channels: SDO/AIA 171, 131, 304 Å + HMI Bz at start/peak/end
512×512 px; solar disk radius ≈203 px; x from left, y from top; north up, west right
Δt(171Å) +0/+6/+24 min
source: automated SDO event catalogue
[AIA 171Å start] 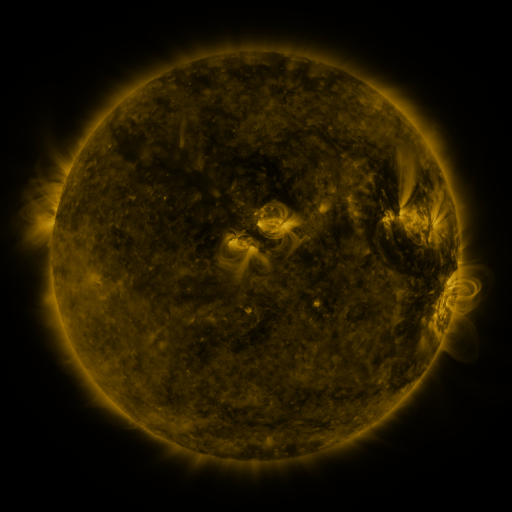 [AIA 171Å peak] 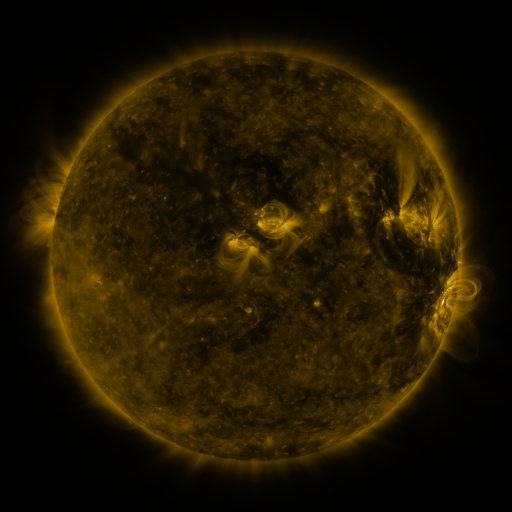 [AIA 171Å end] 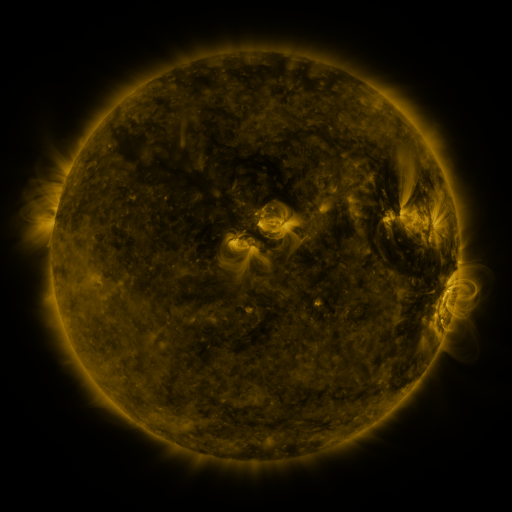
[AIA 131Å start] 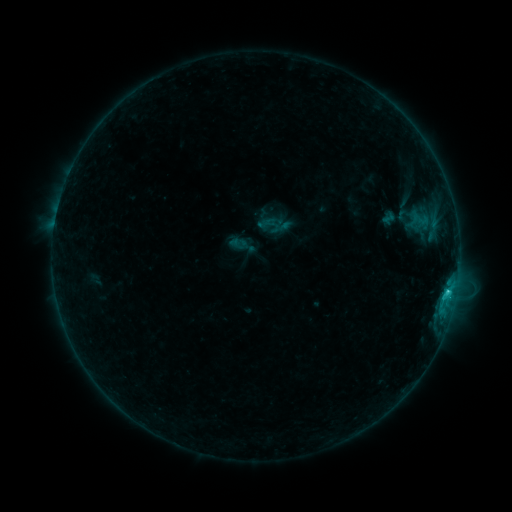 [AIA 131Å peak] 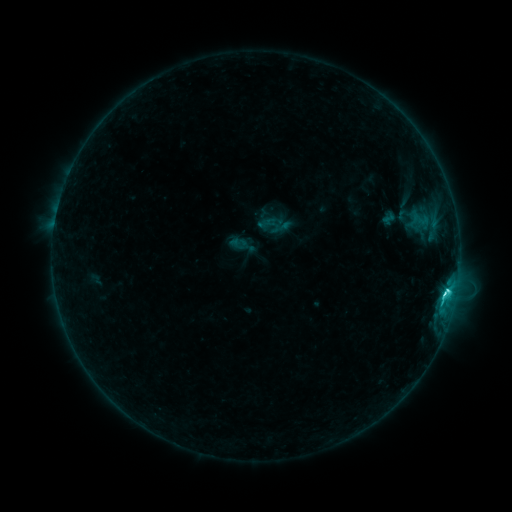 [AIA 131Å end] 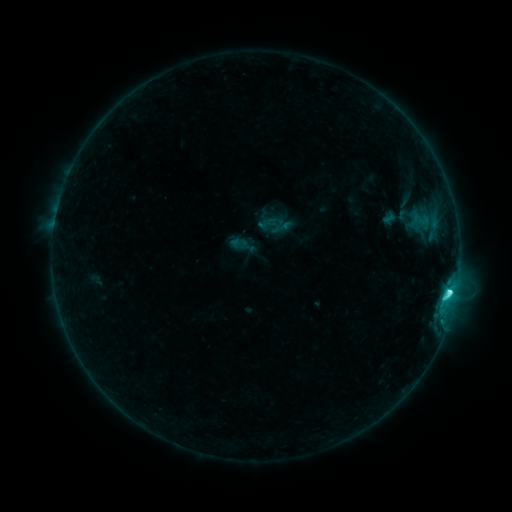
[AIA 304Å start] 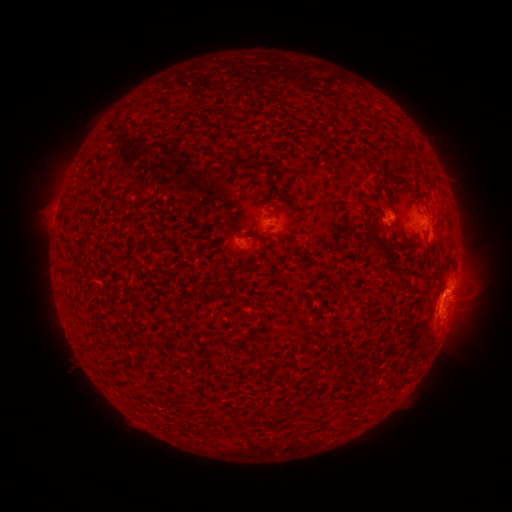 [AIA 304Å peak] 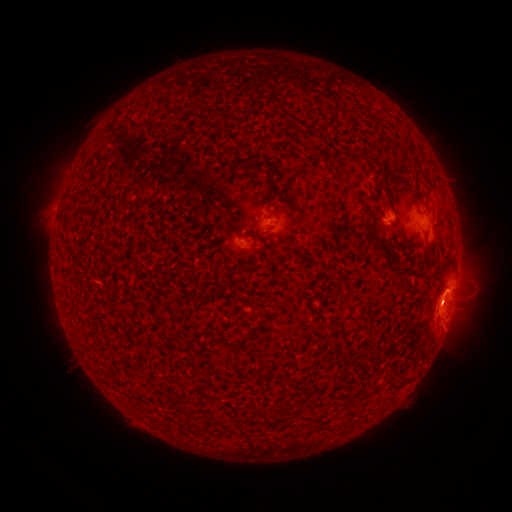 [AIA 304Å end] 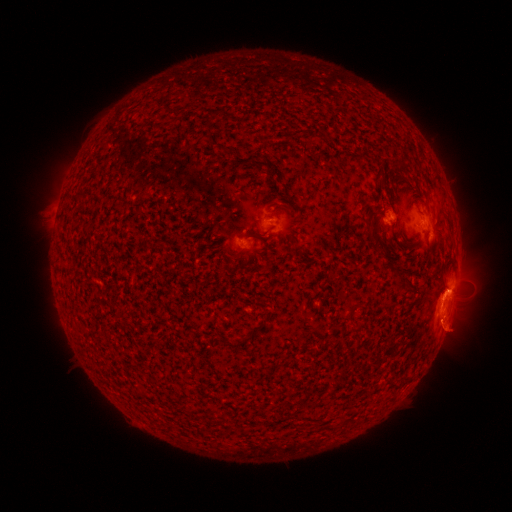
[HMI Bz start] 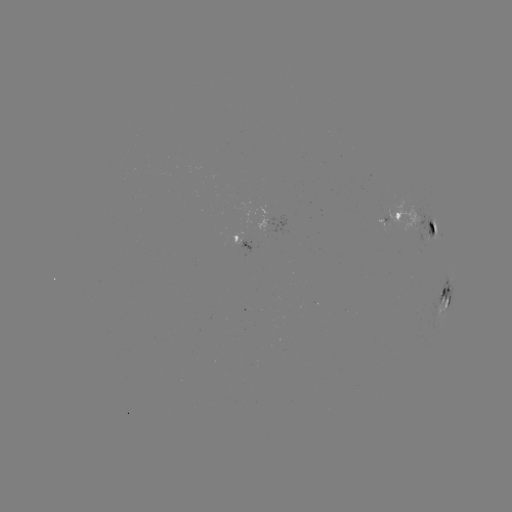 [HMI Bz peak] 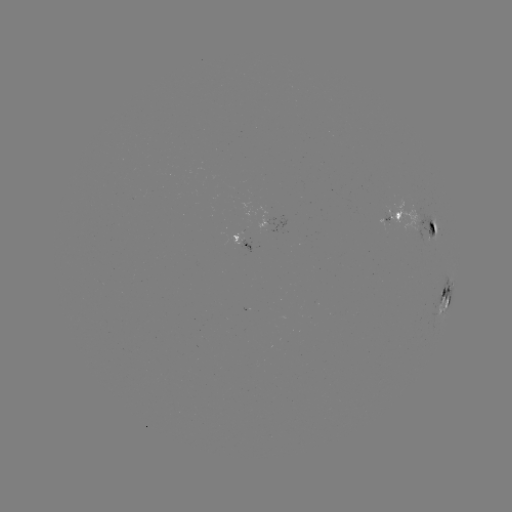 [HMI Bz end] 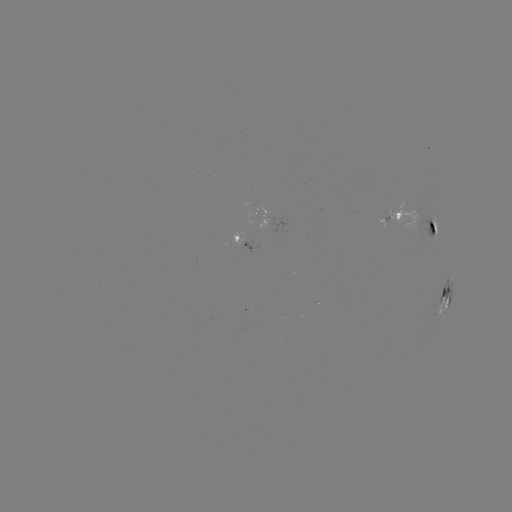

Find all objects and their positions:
C6.3 flare: (444, 293)
